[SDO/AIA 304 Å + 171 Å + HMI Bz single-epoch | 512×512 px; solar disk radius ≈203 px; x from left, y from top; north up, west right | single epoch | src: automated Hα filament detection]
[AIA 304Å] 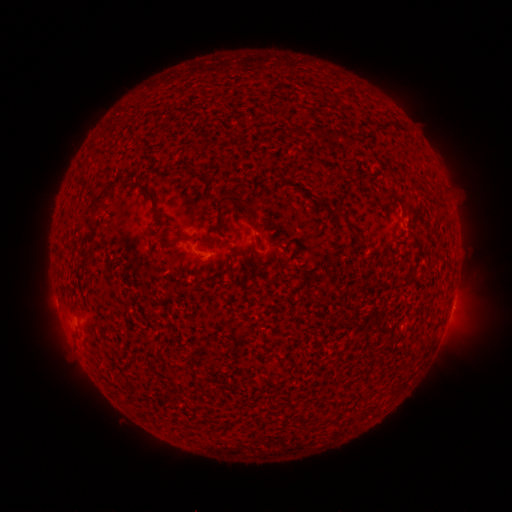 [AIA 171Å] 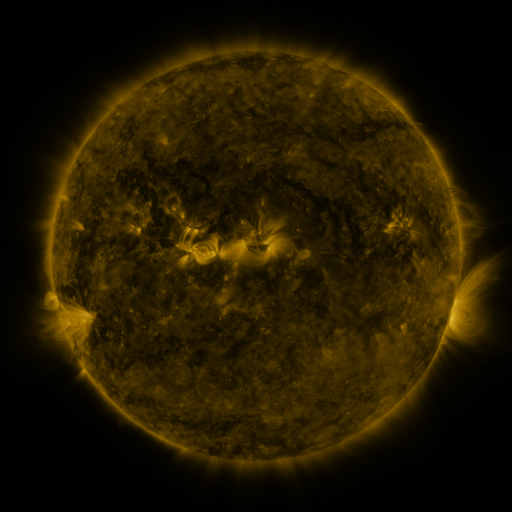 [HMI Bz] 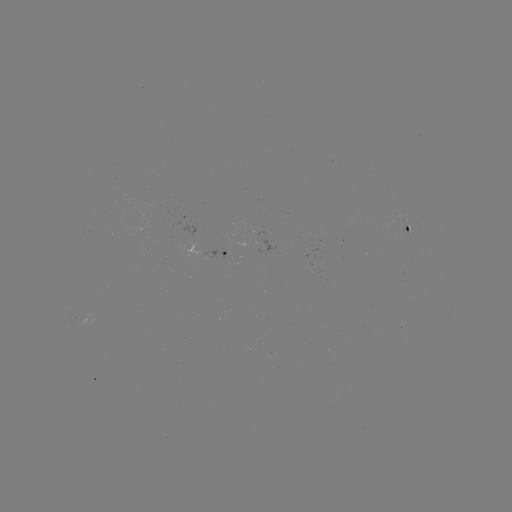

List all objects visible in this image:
filament: [332, 132, 344, 140]
filament: [184, 164, 199, 175]
filament: [100, 174, 122, 198]
filament: [131, 180, 170, 225]
filament: [215, 188, 241, 230]
filament: [382, 195, 396, 204]
filament: [90, 199, 106, 209]
filament: [238, 202, 257, 224]
filament: [321, 205, 341, 217]
filament: [168, 236, 193, 248]
filament: [234, 330, 246, 338]
filament: [209, 341, 219, 353]
